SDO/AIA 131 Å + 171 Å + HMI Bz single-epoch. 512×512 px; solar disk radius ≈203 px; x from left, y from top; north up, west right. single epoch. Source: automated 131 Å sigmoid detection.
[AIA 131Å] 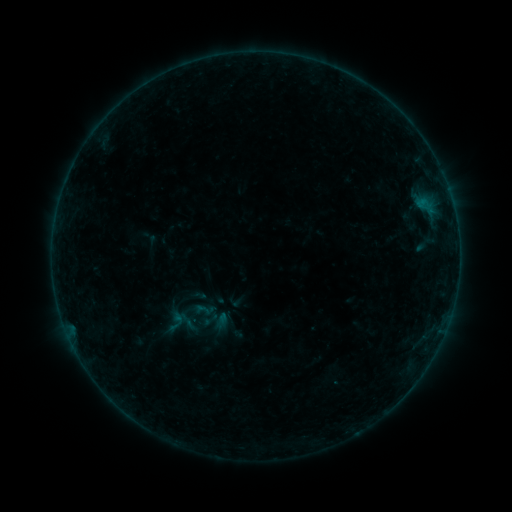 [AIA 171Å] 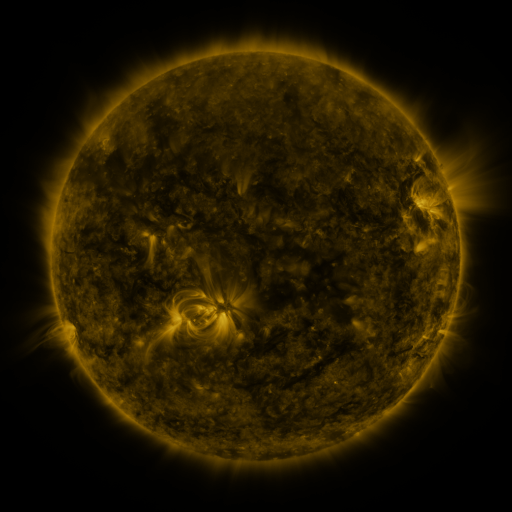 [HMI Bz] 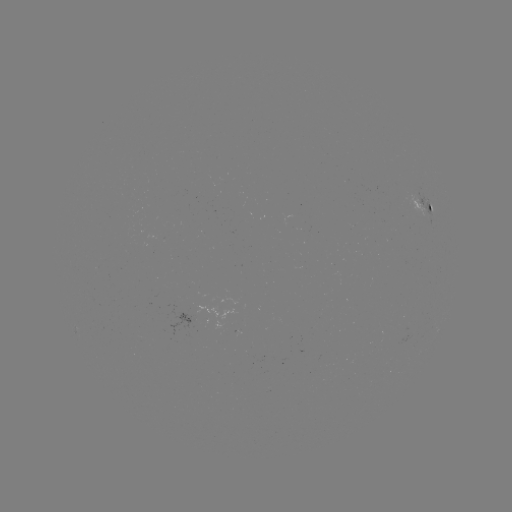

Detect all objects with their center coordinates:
sigmoid: (211, 319)
